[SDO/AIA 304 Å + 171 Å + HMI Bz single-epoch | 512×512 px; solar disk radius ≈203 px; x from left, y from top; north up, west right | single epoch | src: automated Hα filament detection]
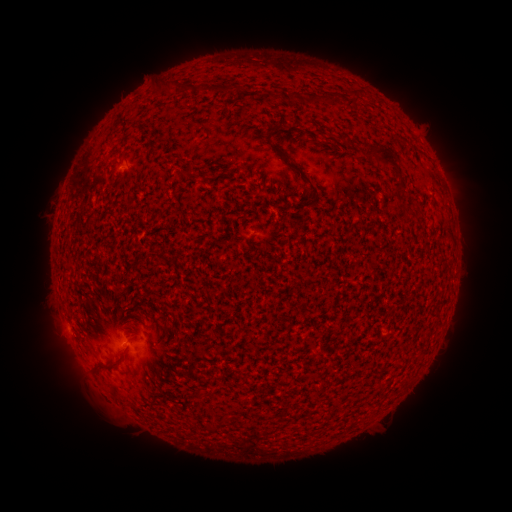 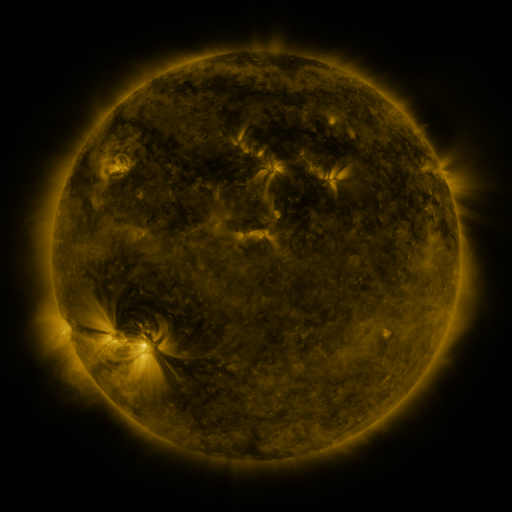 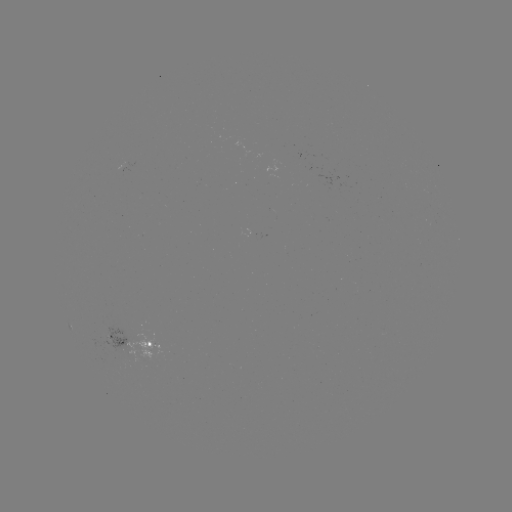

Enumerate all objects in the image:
filament: <bbox>156, 78, 190, 91</bbox>
filament: <bbox>347, 90, 362, 110</bbox>
filament: <bbox>328, 95, 336, 107</bbox>
filament: <bbox>373, 145, 400, 172</bbox>
filament: <bbox>275, 146, 311, 182</bbox>
filament: <bbox>363, 148, 375, 159</bbox>
filament: <bbox>180, 167, 192, 177</bbox>
filament: <bbox>392, 187, 402, 195</bbox>
filament: <bbox>100, 359, 116, 367</bbox>
